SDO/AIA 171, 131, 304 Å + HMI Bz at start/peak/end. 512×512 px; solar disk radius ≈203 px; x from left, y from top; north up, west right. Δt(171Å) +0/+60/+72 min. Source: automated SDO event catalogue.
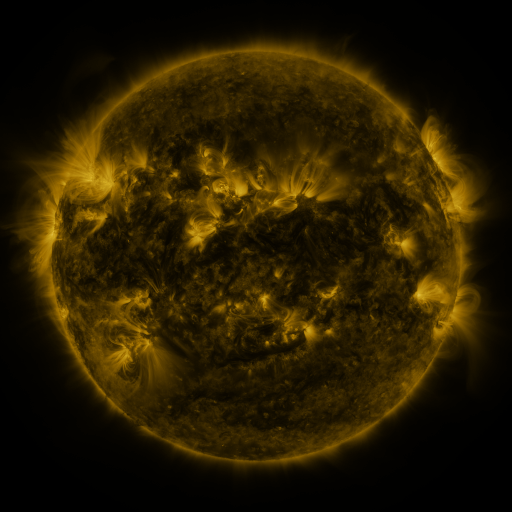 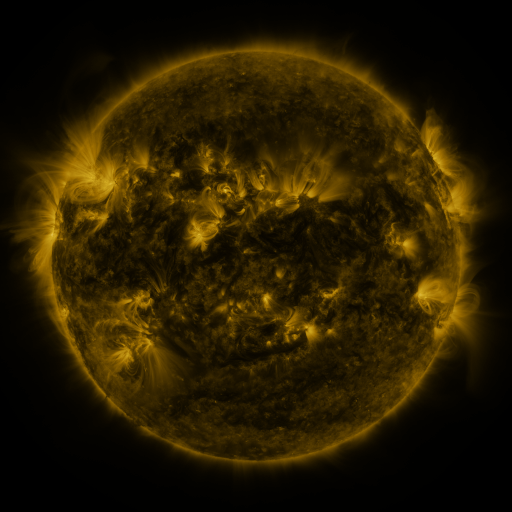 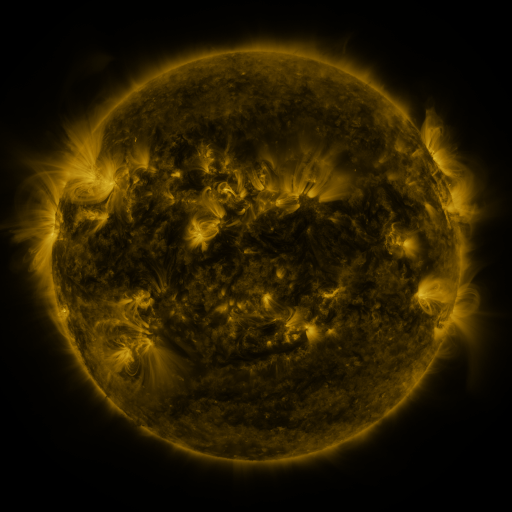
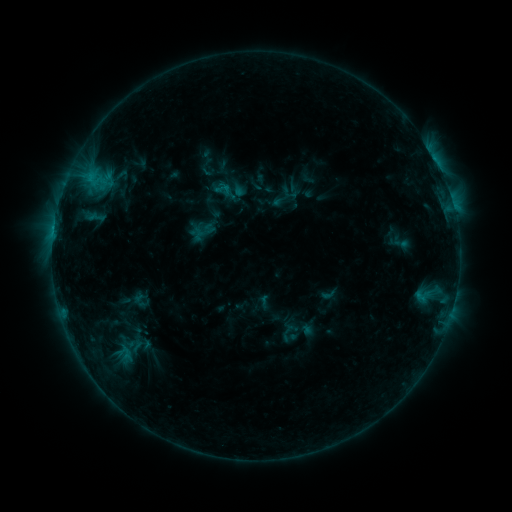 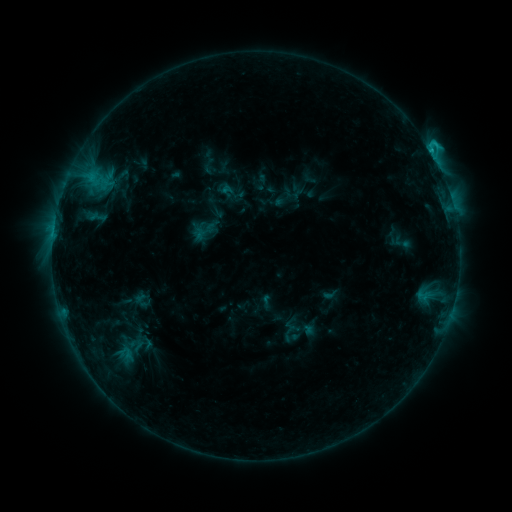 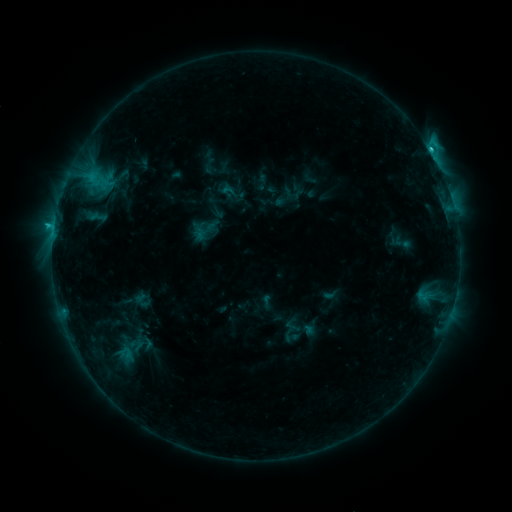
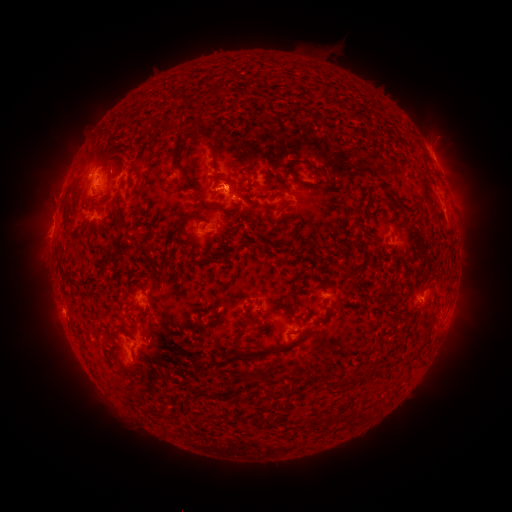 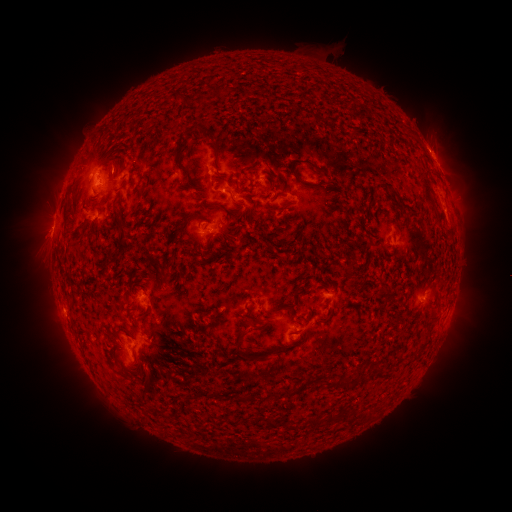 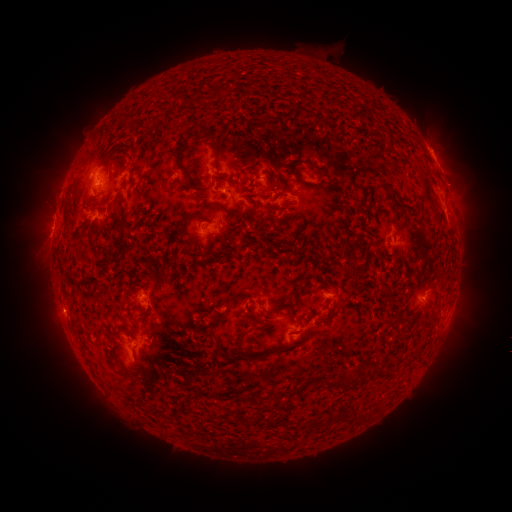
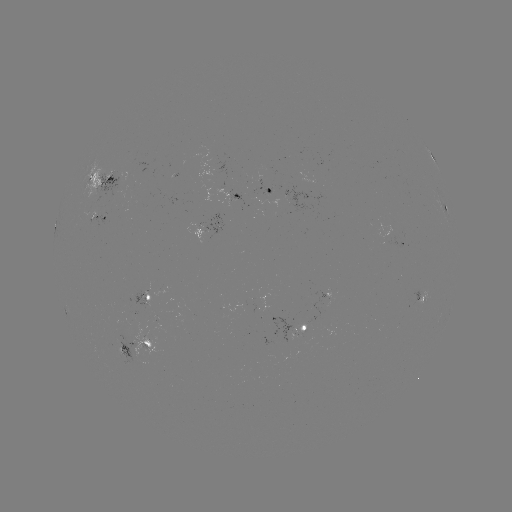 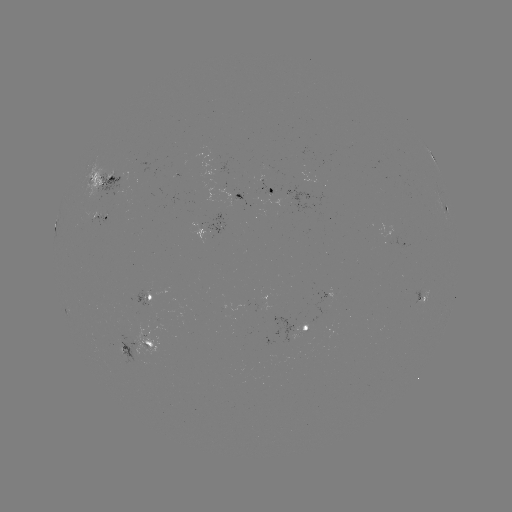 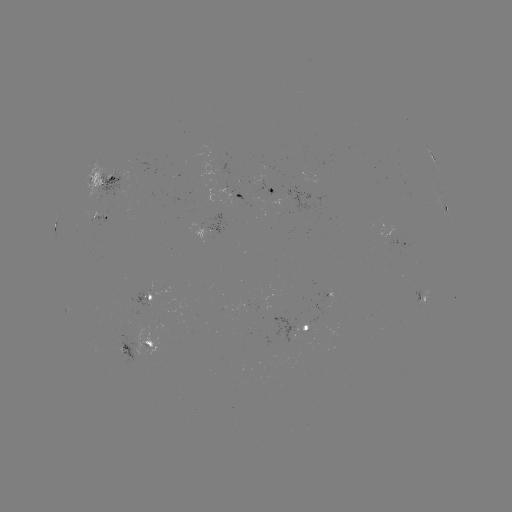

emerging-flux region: [90, 211, 100, 225]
